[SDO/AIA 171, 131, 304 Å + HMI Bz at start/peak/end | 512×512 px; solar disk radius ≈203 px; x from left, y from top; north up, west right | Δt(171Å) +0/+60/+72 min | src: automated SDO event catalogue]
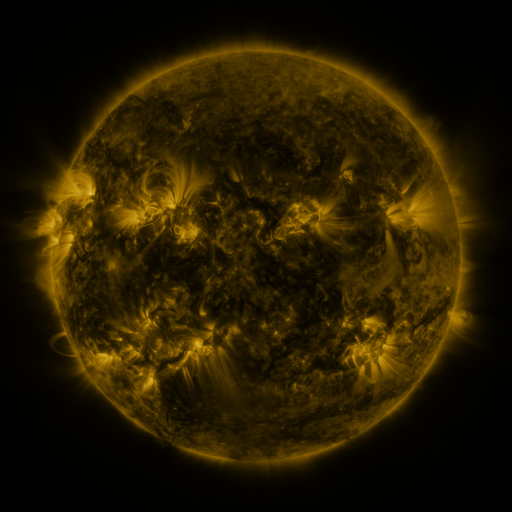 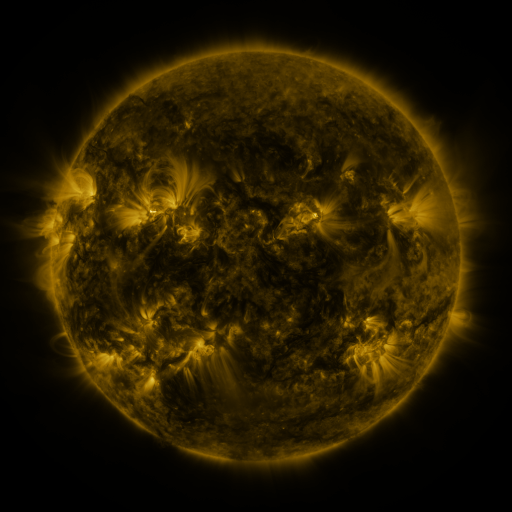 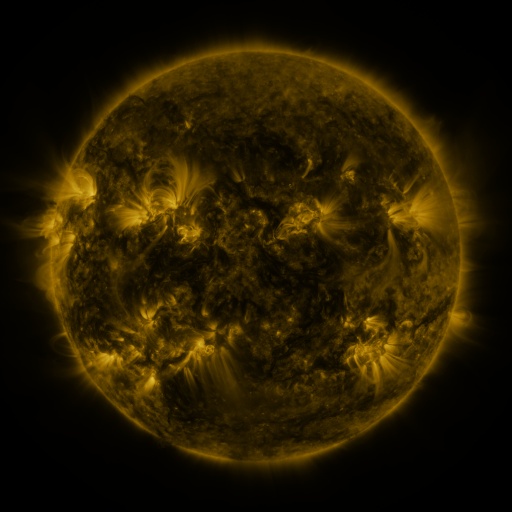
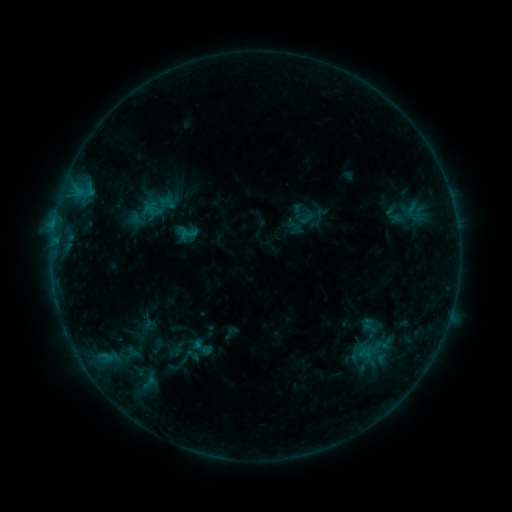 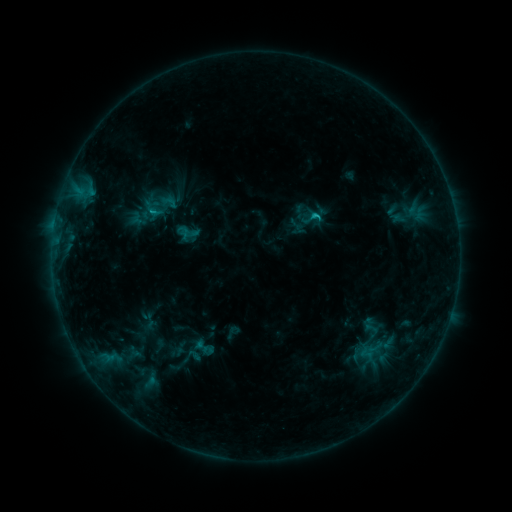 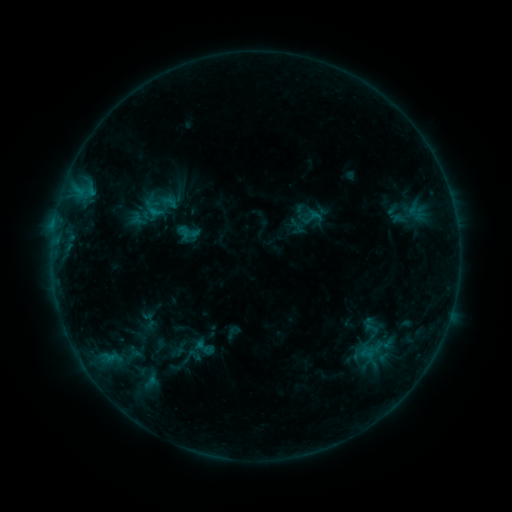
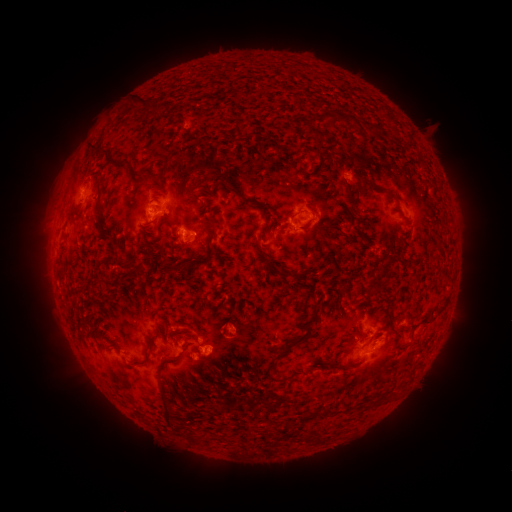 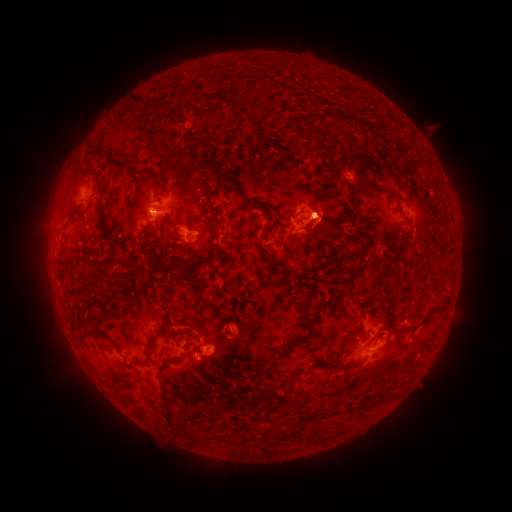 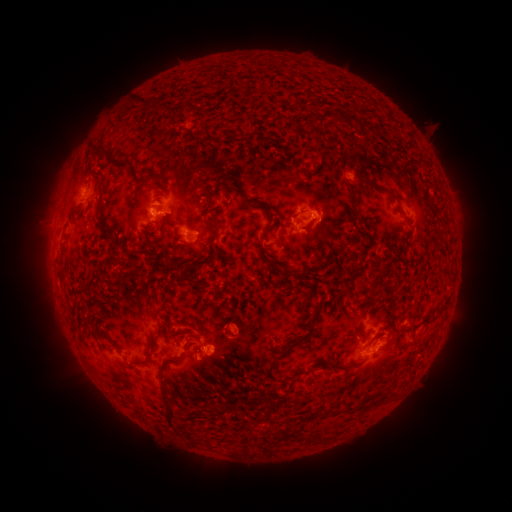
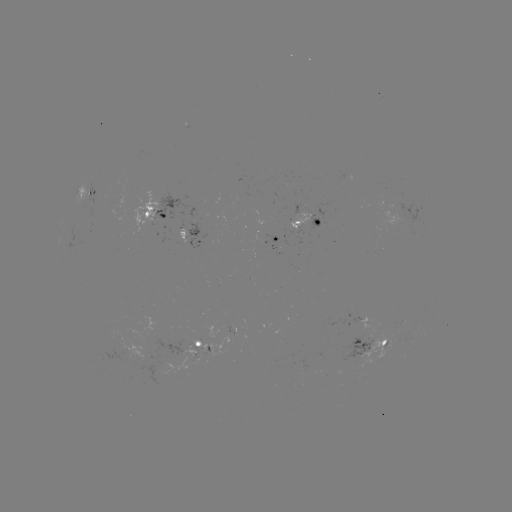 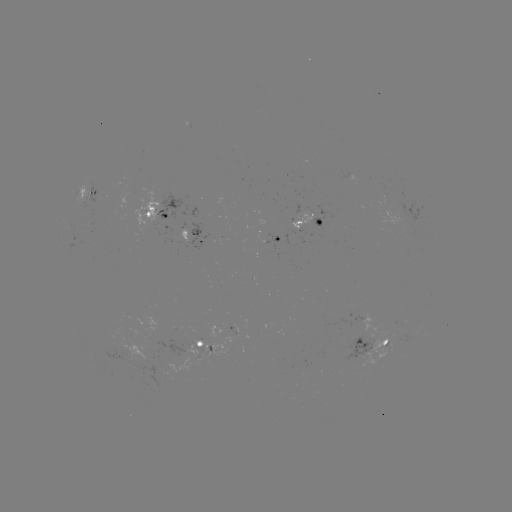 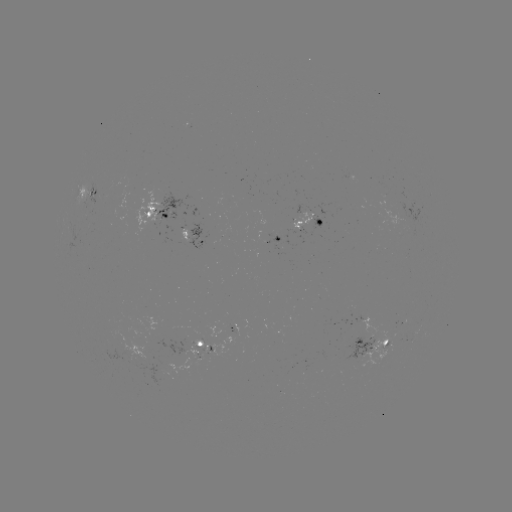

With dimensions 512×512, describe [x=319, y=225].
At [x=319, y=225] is emerging-flux region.